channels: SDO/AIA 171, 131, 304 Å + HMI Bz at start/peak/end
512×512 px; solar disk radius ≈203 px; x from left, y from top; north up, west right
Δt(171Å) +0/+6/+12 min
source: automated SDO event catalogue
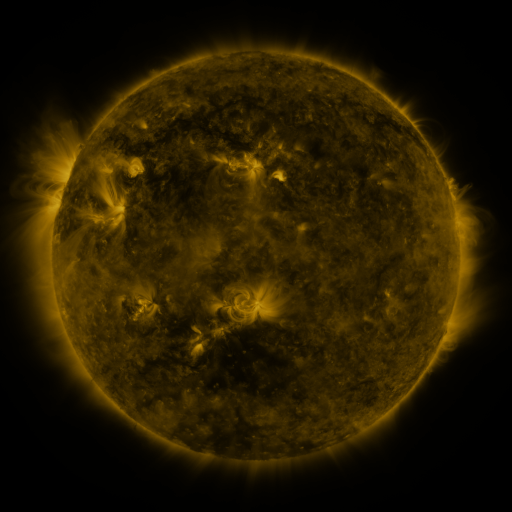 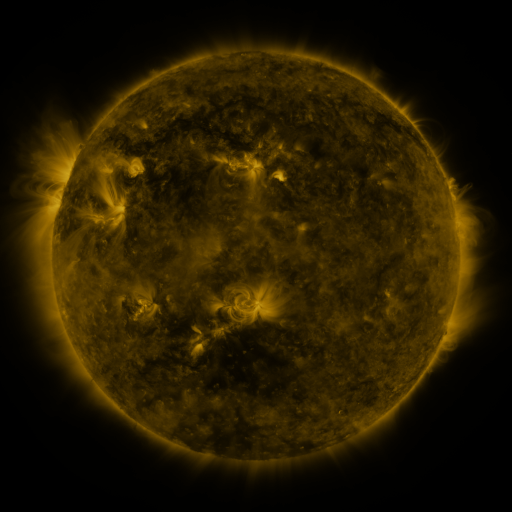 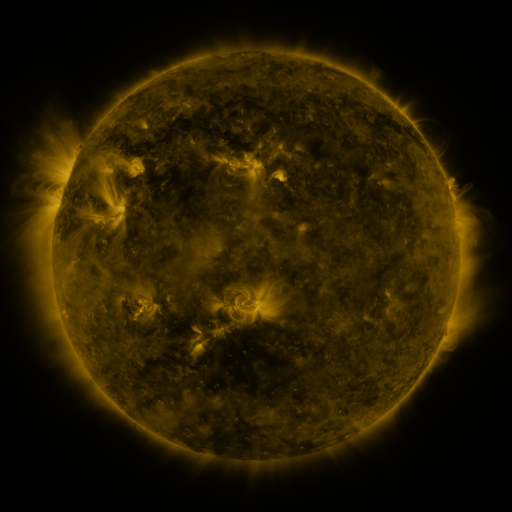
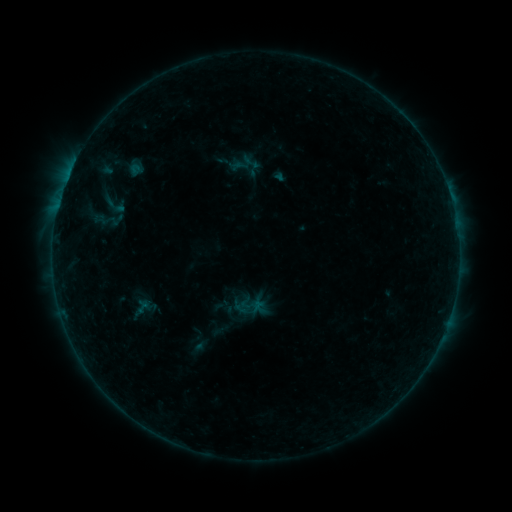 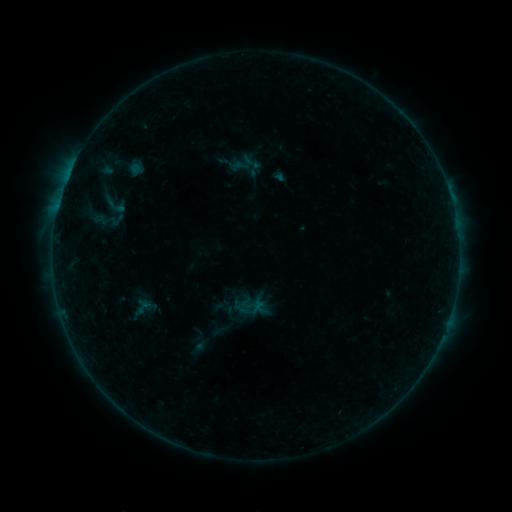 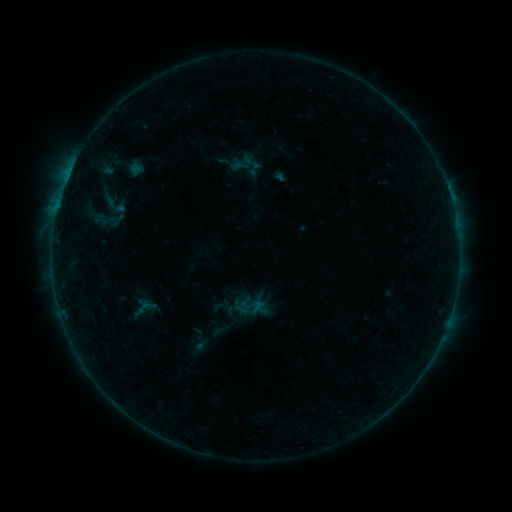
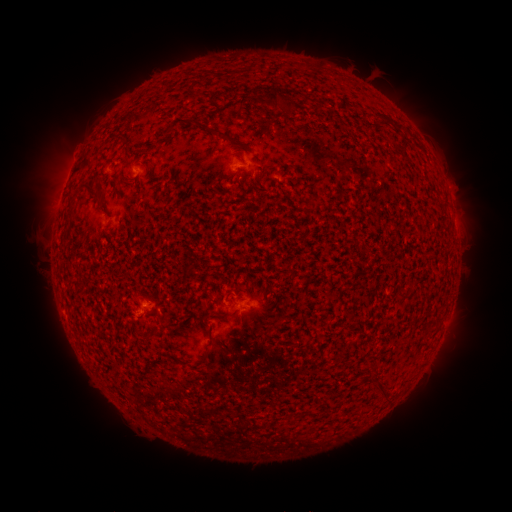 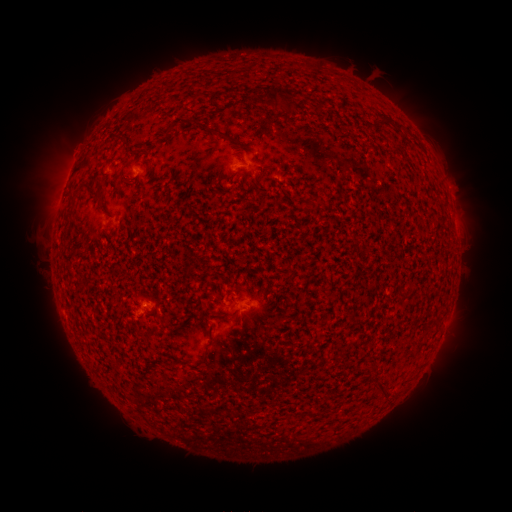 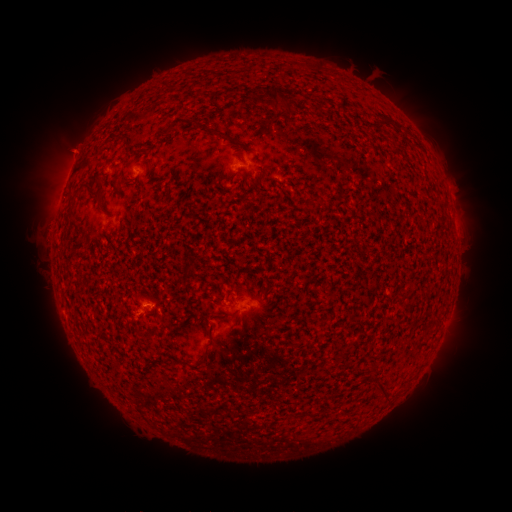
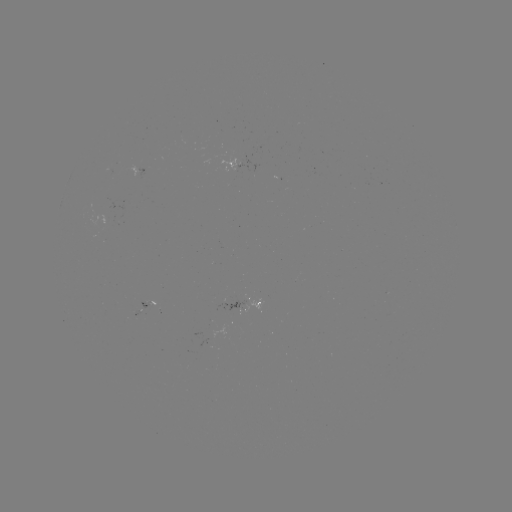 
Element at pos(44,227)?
eruption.